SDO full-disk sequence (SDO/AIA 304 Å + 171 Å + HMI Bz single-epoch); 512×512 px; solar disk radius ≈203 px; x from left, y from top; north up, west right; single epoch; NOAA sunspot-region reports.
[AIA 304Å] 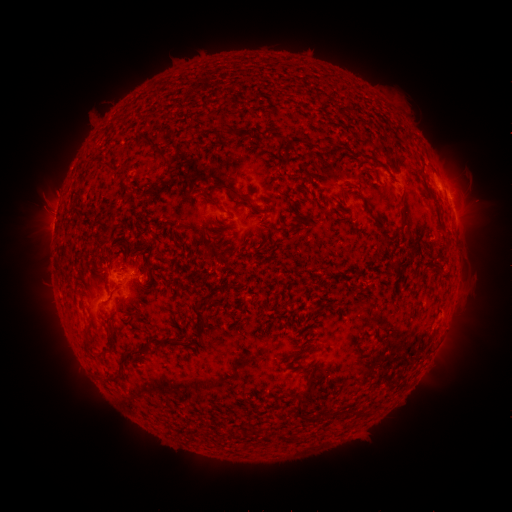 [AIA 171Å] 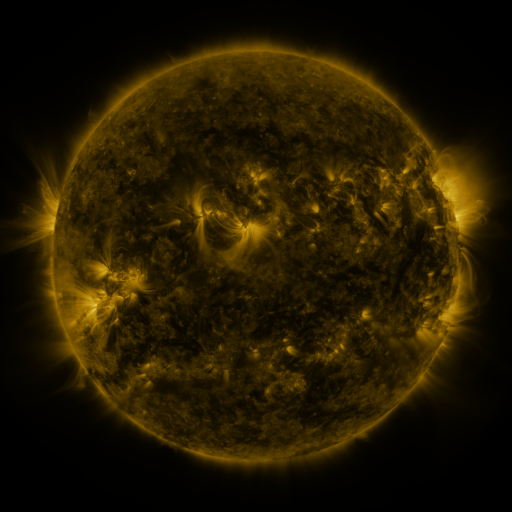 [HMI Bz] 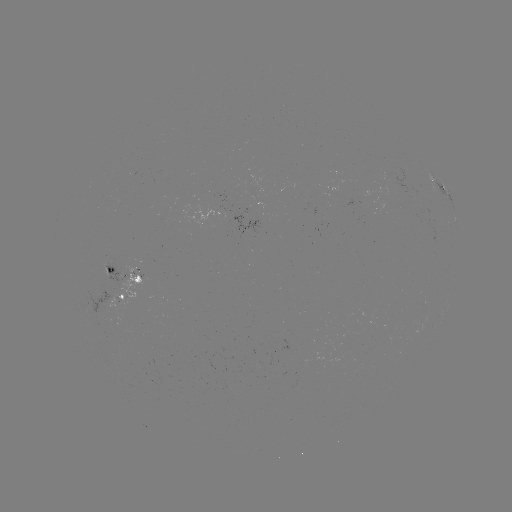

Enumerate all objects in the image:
spotted active region: (436, 175)
spotted active region: (447, 189)
spotted active region: (453, 210)
spotted active region: (123, 277)
spotted active region: (123, 298)
